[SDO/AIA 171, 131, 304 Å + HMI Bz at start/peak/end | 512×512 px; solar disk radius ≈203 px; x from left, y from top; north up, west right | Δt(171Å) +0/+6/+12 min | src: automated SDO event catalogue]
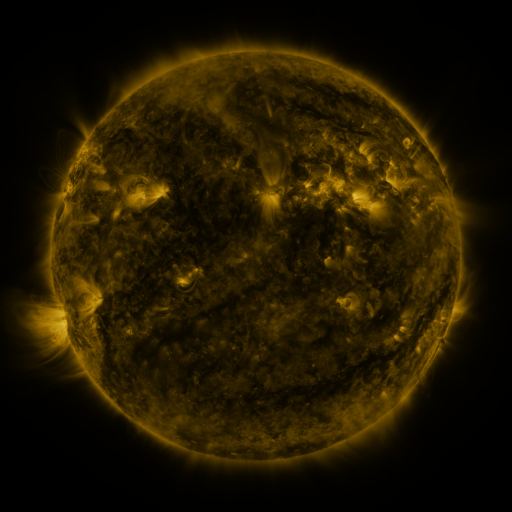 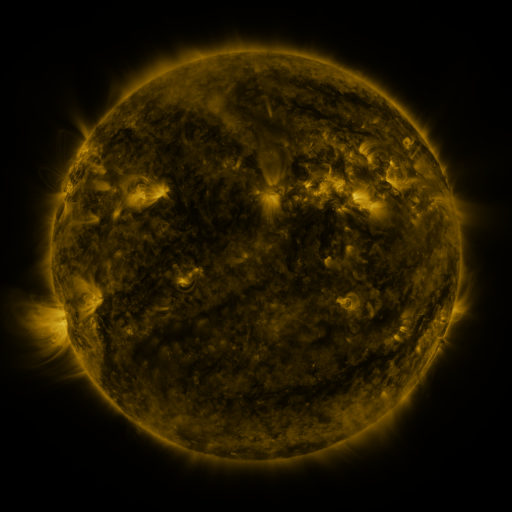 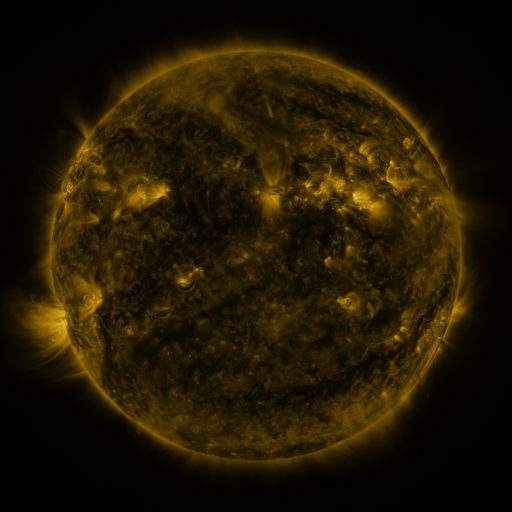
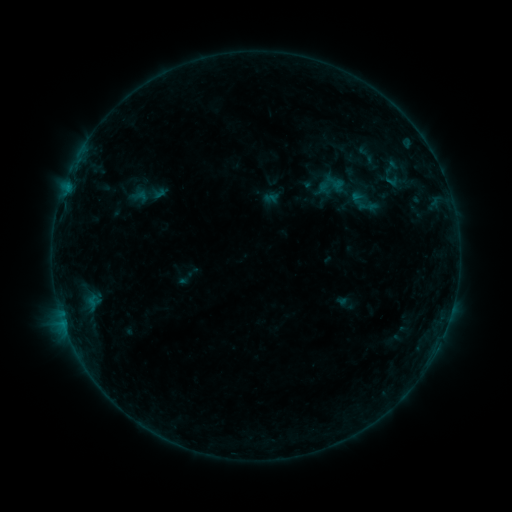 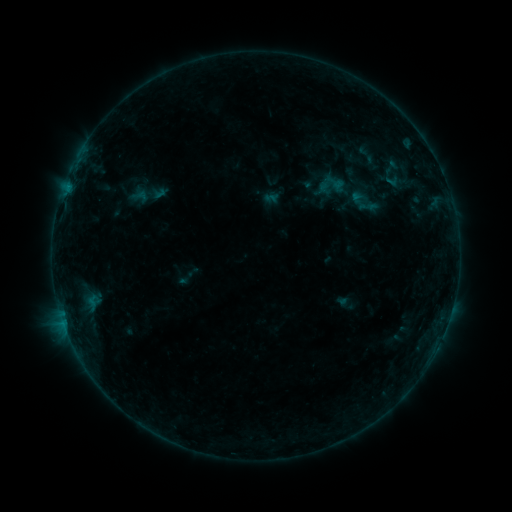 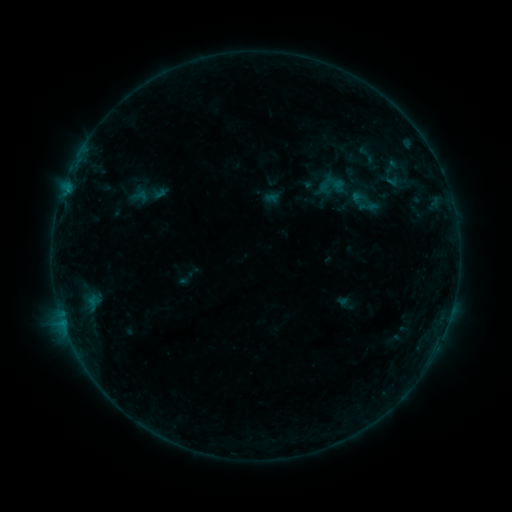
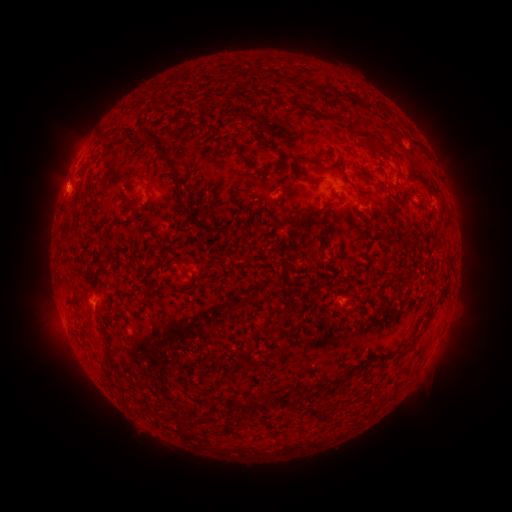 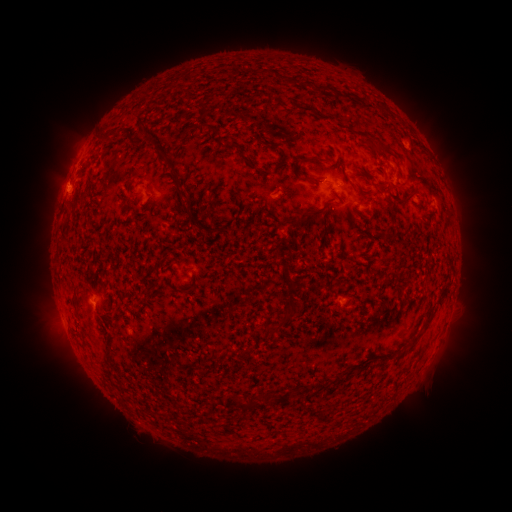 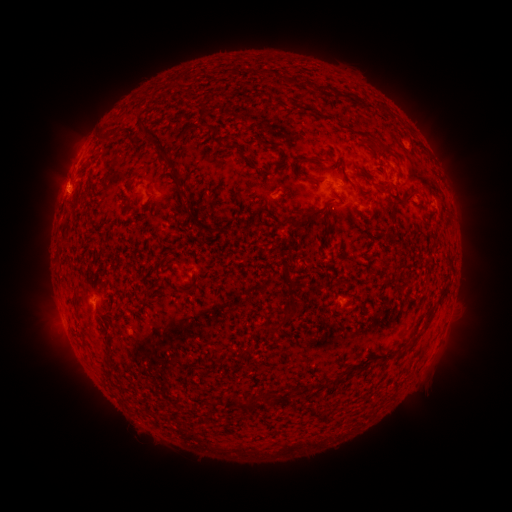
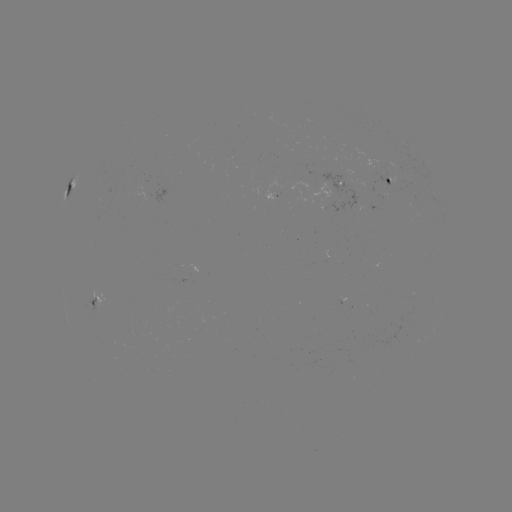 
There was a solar flare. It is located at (93, 305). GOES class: B3.8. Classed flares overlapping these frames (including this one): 1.